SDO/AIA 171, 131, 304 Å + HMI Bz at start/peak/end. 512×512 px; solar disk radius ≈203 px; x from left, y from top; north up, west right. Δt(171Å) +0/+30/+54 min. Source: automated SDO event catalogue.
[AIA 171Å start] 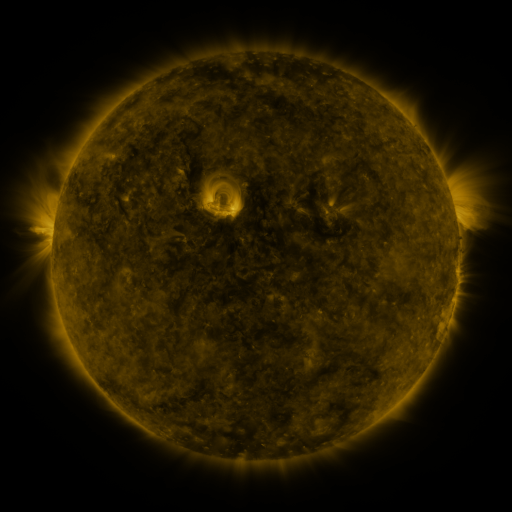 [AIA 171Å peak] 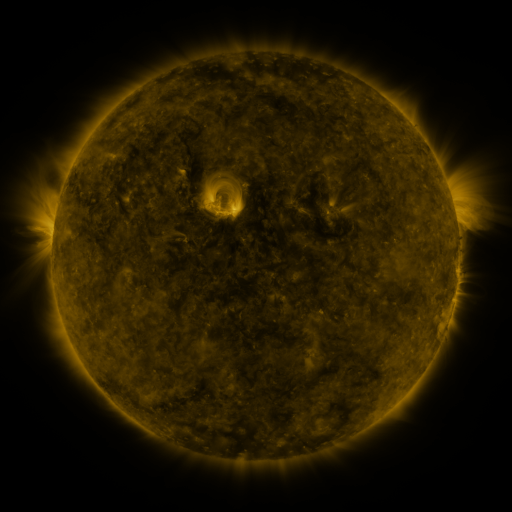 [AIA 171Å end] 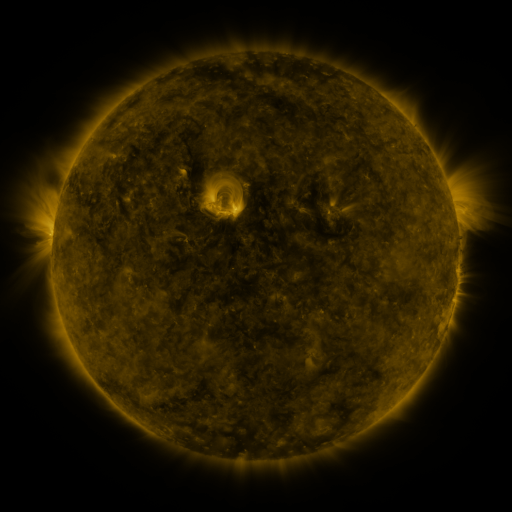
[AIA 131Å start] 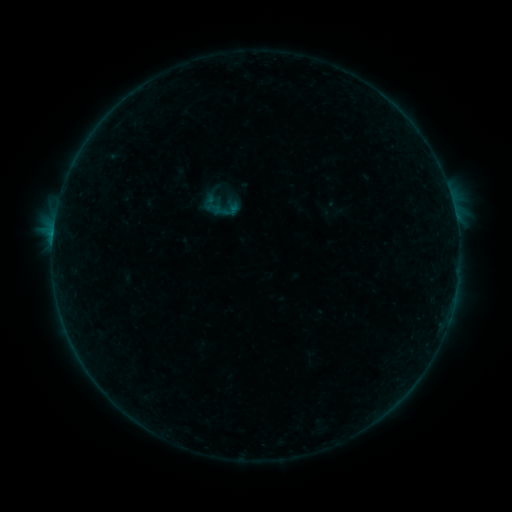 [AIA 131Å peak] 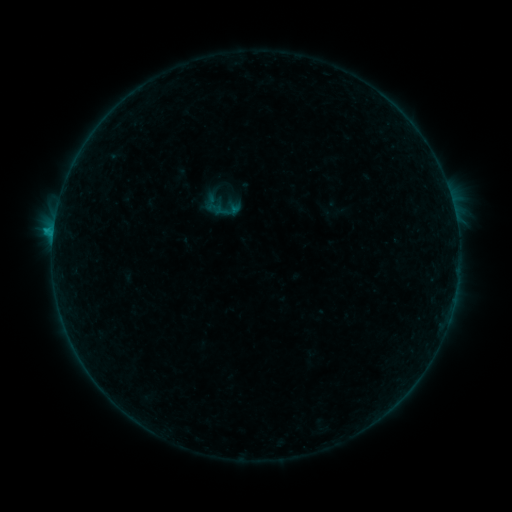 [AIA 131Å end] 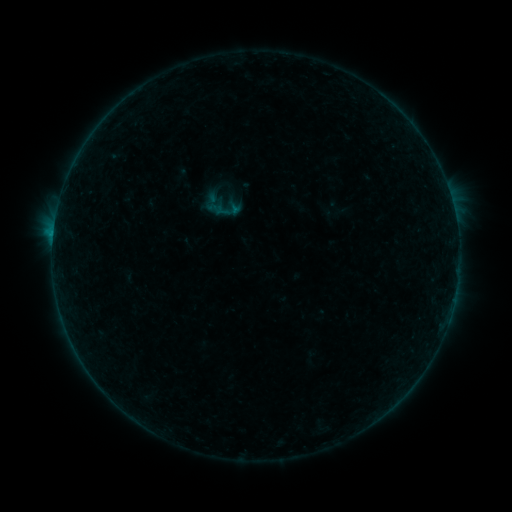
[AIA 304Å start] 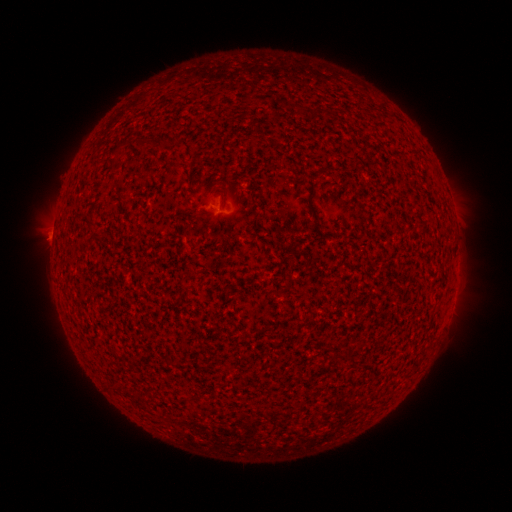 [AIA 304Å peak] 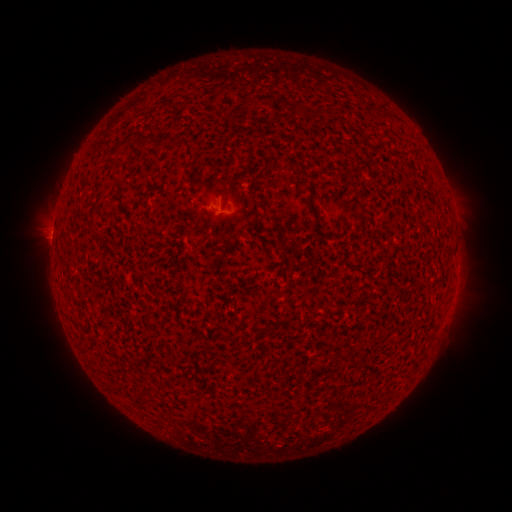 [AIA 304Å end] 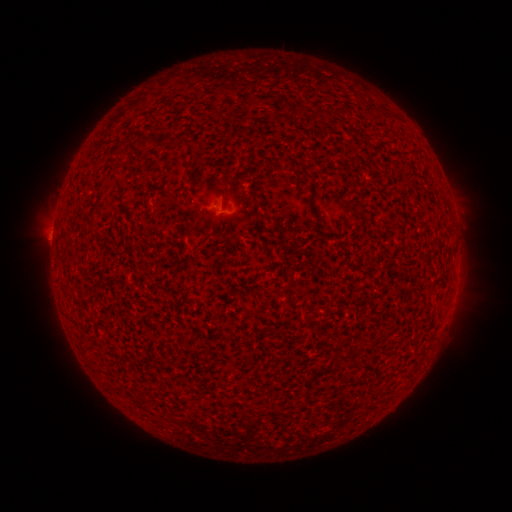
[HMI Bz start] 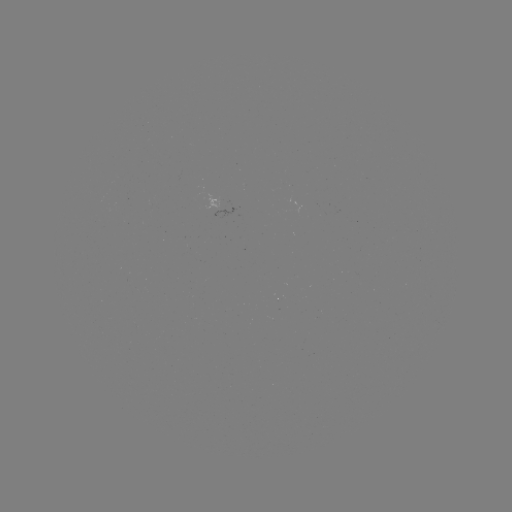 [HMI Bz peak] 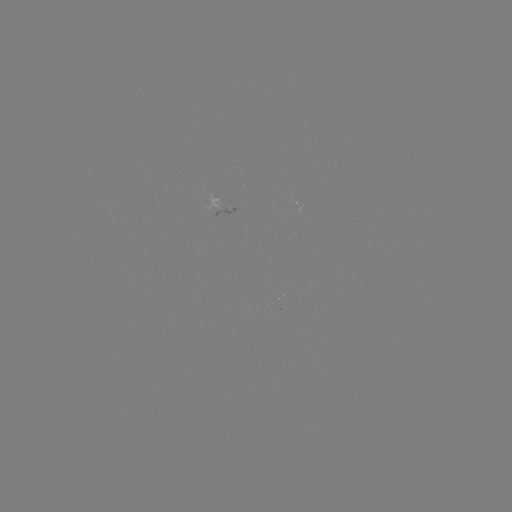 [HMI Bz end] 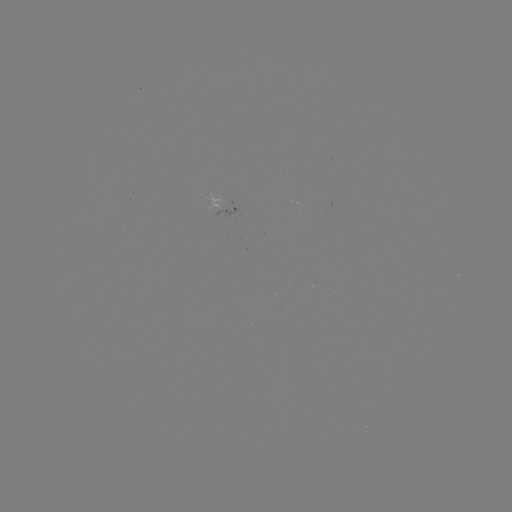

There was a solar flare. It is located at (54, 231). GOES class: B4.4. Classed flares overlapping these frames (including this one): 1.